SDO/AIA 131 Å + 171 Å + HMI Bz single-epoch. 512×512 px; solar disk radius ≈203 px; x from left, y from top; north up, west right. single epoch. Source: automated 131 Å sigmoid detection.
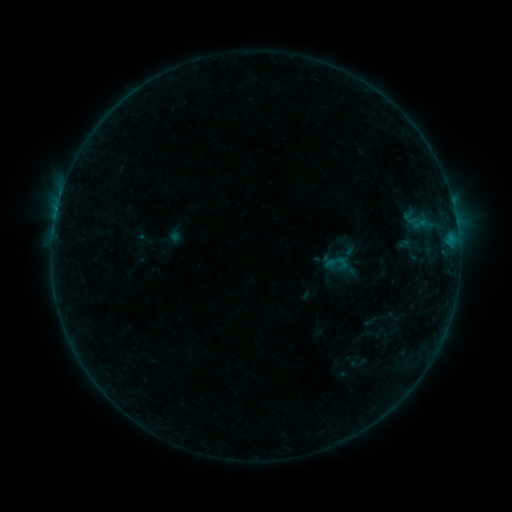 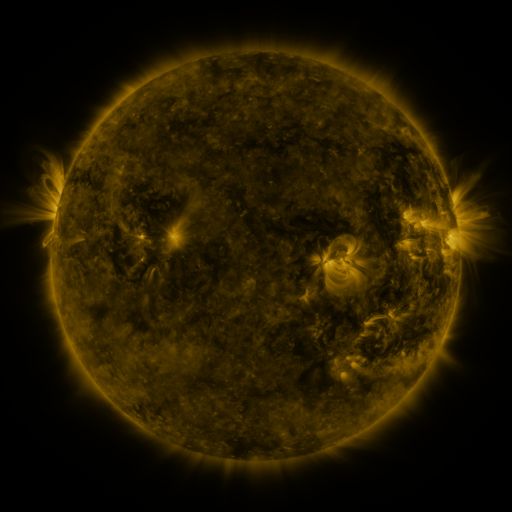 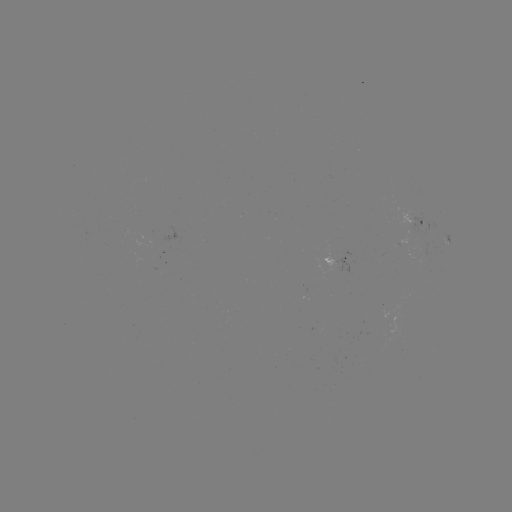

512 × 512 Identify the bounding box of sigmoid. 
[327, 251, 348, 272].